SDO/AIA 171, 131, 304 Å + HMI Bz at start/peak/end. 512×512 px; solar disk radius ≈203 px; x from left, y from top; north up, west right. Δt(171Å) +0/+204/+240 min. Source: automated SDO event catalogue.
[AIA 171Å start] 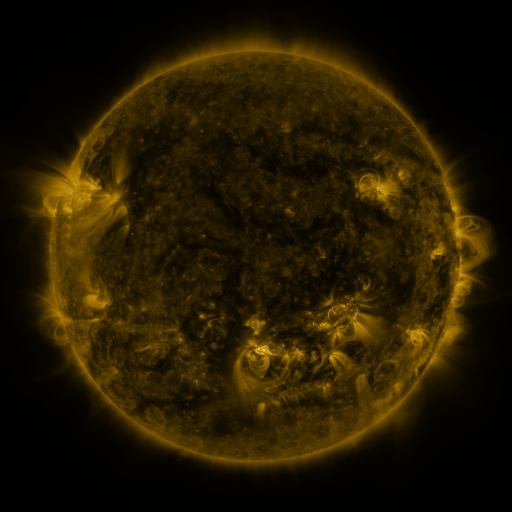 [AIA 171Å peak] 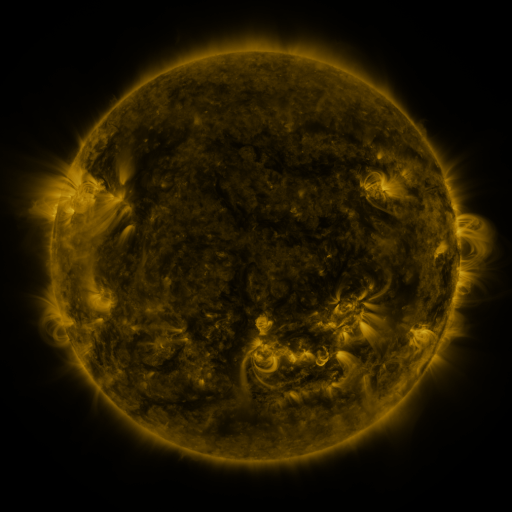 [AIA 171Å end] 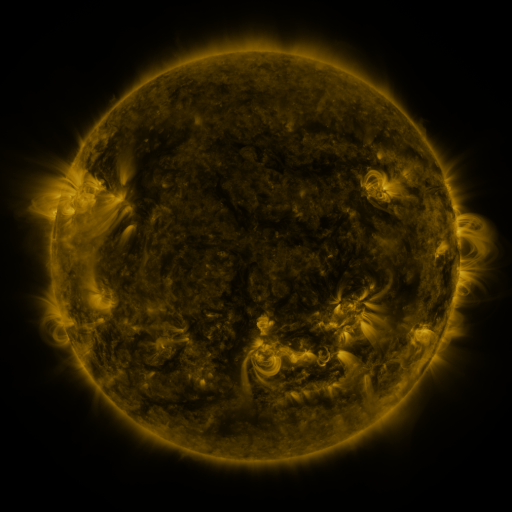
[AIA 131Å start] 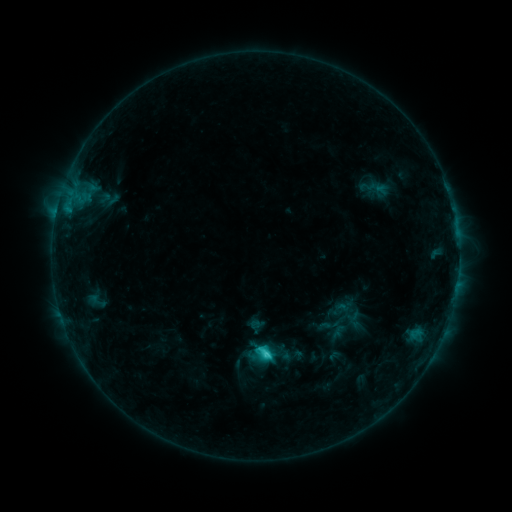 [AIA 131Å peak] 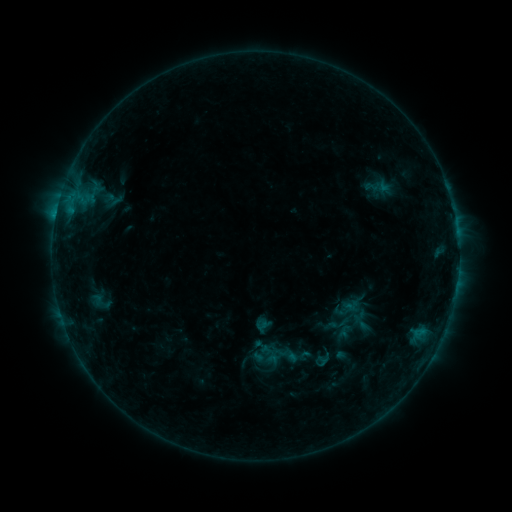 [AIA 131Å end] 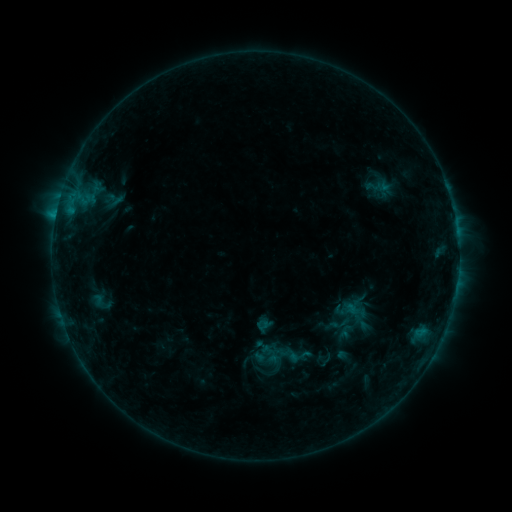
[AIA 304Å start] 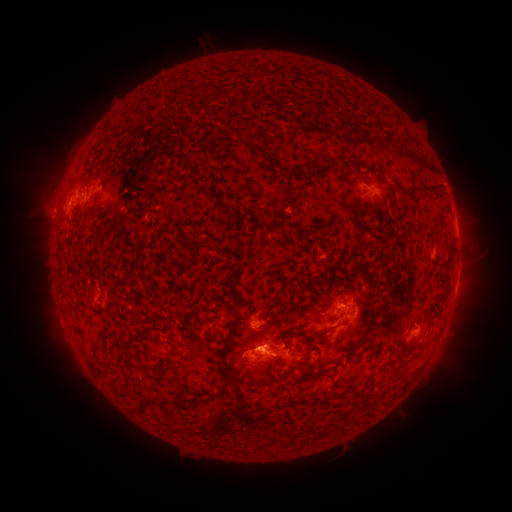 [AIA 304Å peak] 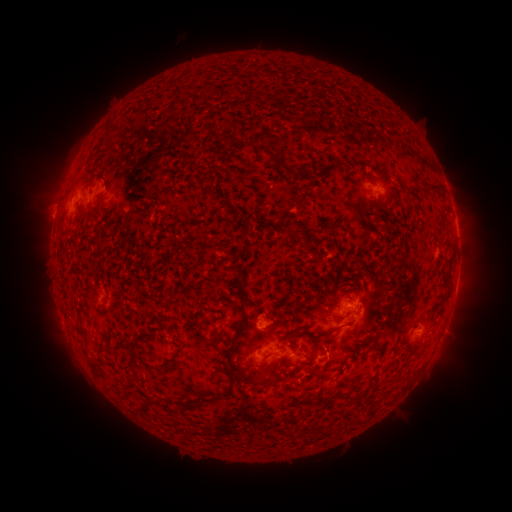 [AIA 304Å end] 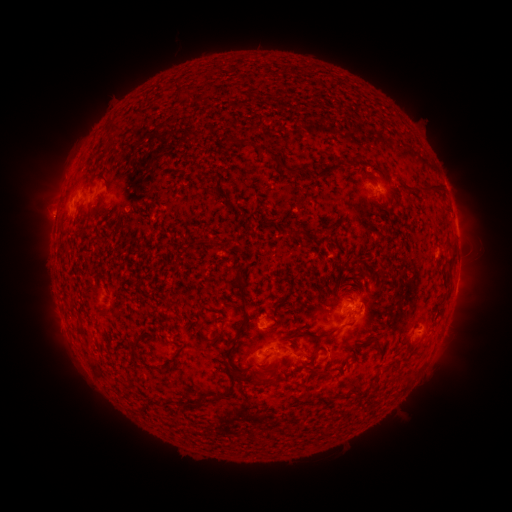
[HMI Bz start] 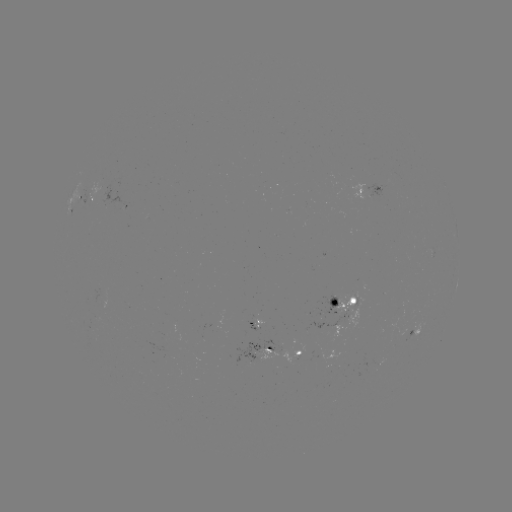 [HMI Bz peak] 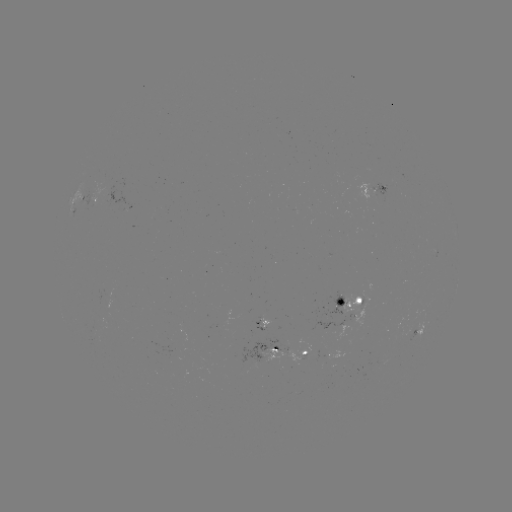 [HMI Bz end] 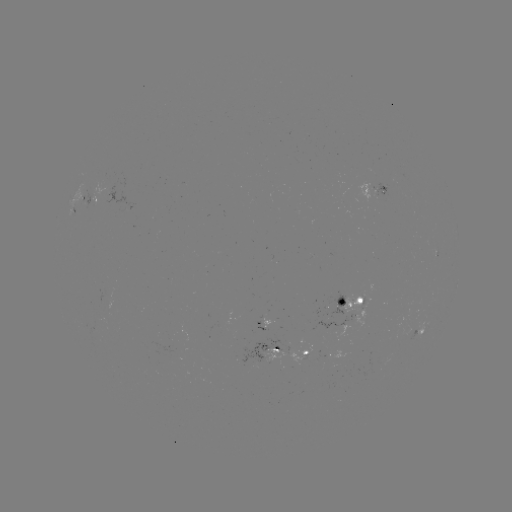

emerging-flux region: (367, 183, 390, 200)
